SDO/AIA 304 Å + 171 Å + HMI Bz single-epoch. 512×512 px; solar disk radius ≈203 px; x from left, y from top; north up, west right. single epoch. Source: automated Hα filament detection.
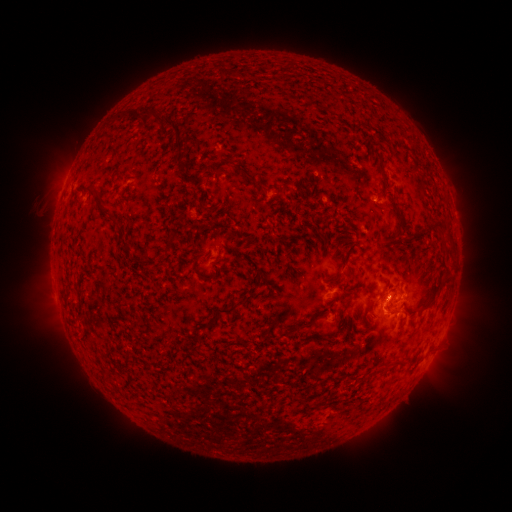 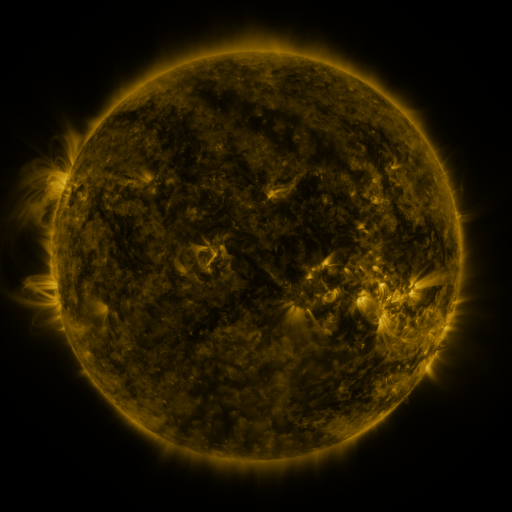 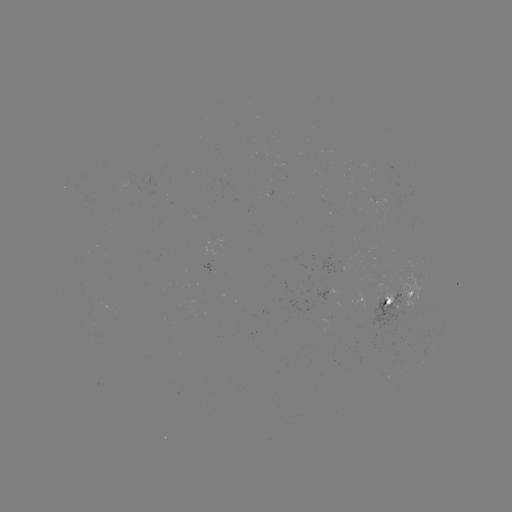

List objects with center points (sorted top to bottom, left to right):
filament: (226, 74)
filament: (173, 151)
filament: (218, 167)
filament: (257, 185)
filament: (90, 189)
filament: (98, 194)
filament: (103, 212)
filament: (400, 216)
filament: (435, 221)
filament: (419, 231)
filament: (447, 234)
filament: (171, 240)
filament: (124, 244)
filament: (347, 255)
filament: (195, 268)
filament: (438, 286)
filament: (67, 294)
filament: (232, 309)
filament: (400, 310)
filament: (306, 324)
filament: (390, 366)
